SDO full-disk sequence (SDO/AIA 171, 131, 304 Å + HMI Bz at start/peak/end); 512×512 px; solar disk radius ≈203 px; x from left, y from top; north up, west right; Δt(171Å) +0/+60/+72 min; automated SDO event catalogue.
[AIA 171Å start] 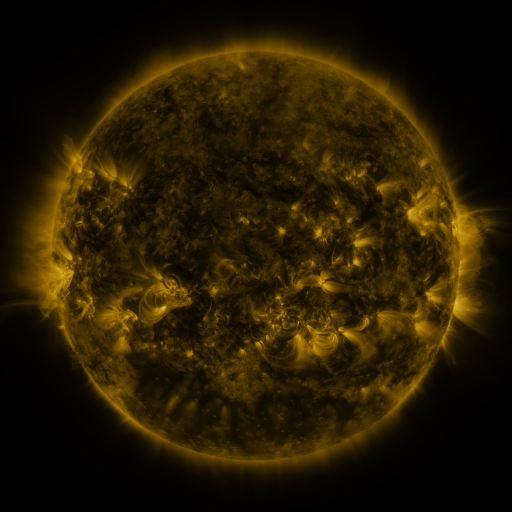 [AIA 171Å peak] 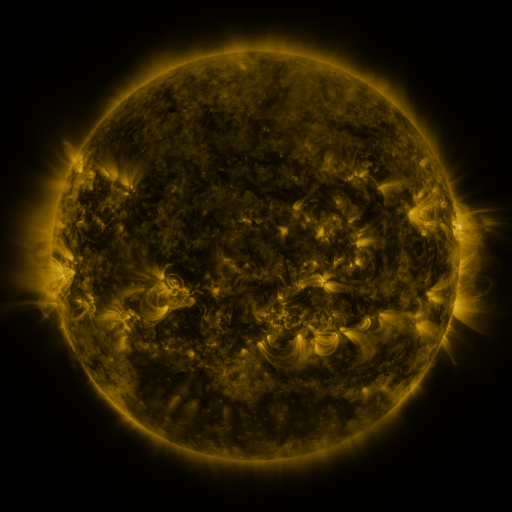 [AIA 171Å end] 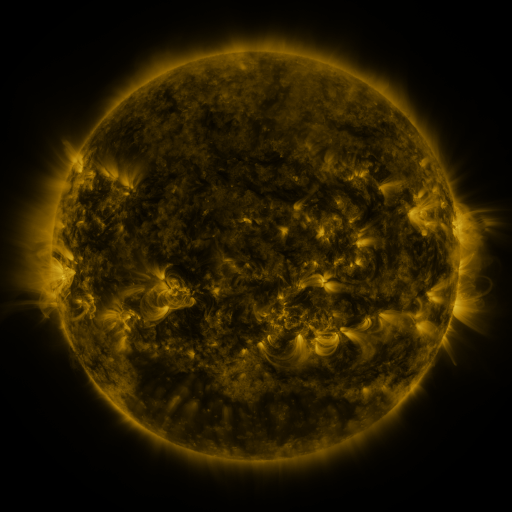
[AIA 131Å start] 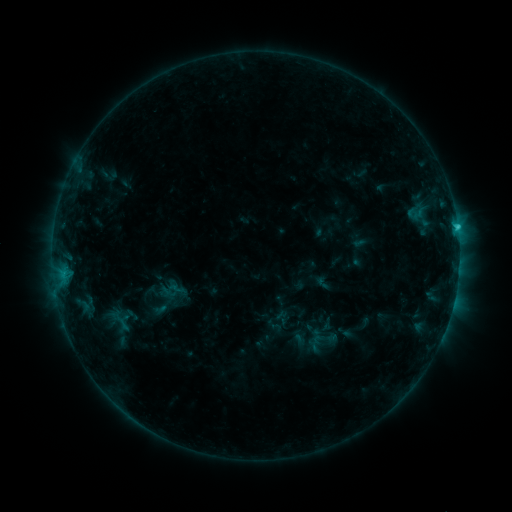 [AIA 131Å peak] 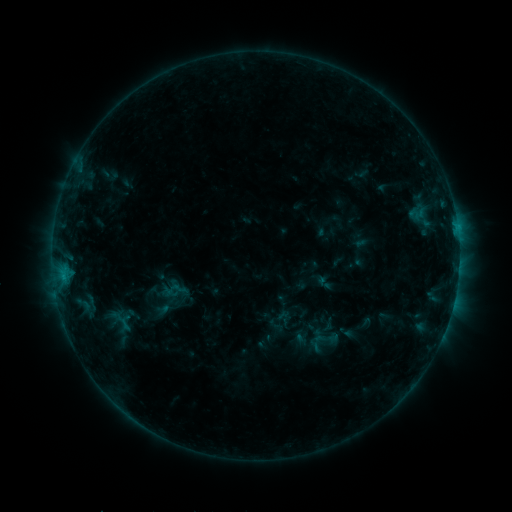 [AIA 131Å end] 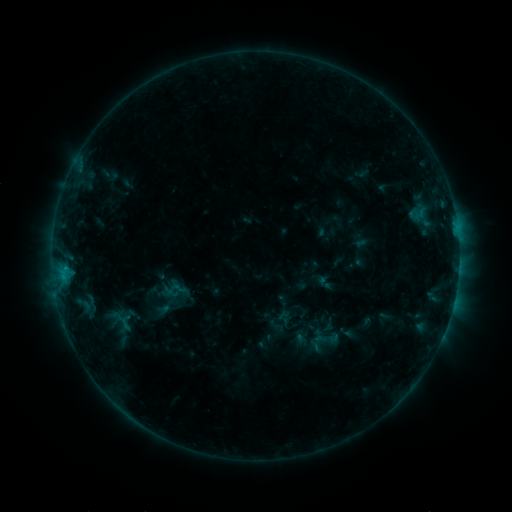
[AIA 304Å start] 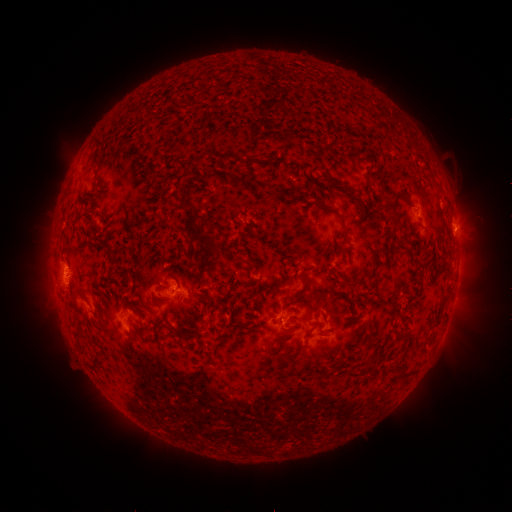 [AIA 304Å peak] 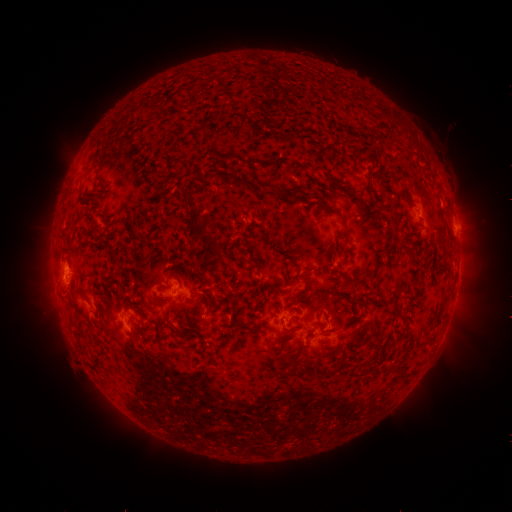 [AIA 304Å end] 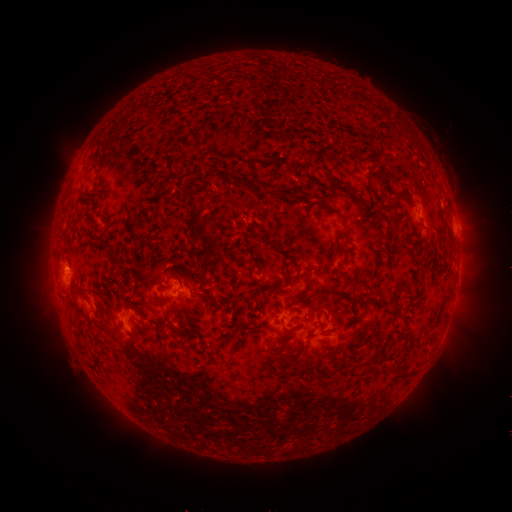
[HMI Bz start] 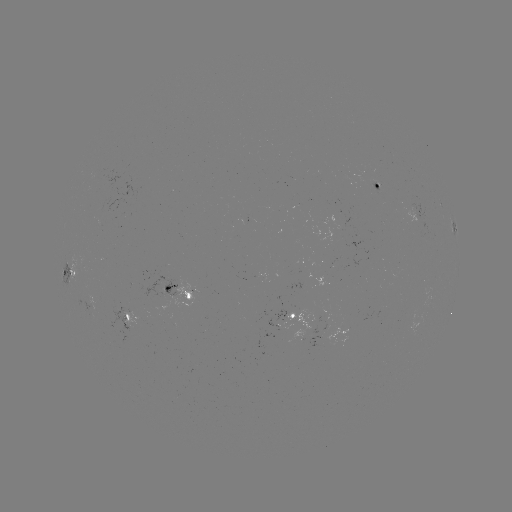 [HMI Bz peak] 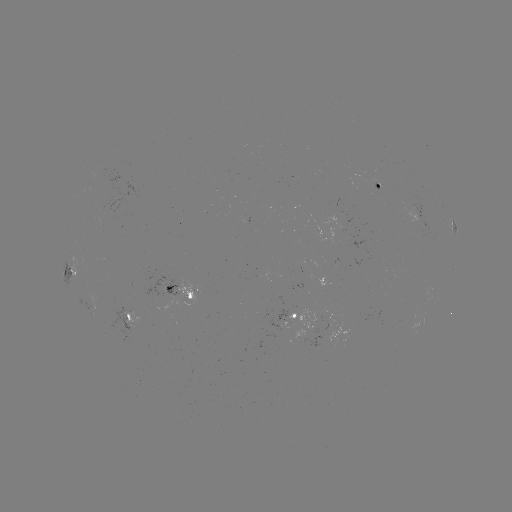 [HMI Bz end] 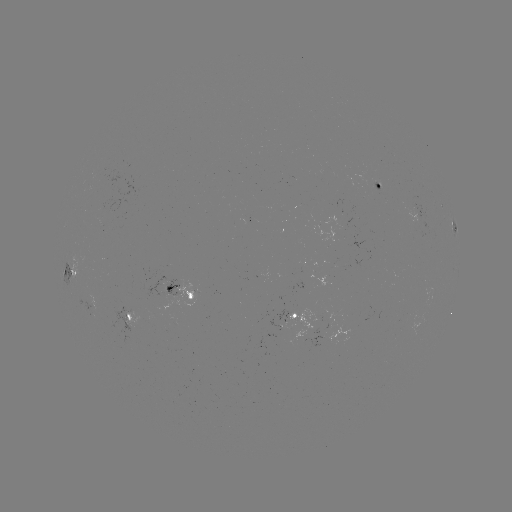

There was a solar emerging-flux region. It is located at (375, 184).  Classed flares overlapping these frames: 1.